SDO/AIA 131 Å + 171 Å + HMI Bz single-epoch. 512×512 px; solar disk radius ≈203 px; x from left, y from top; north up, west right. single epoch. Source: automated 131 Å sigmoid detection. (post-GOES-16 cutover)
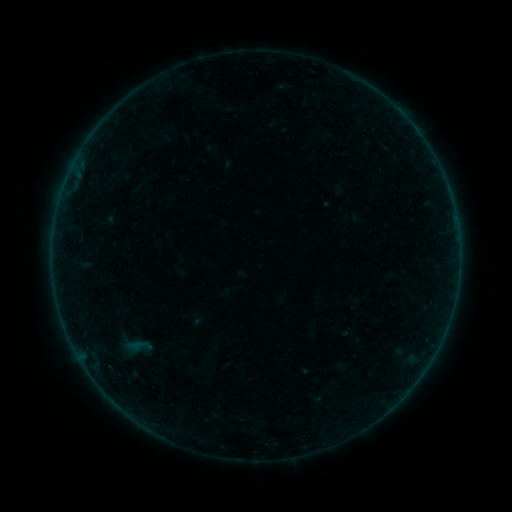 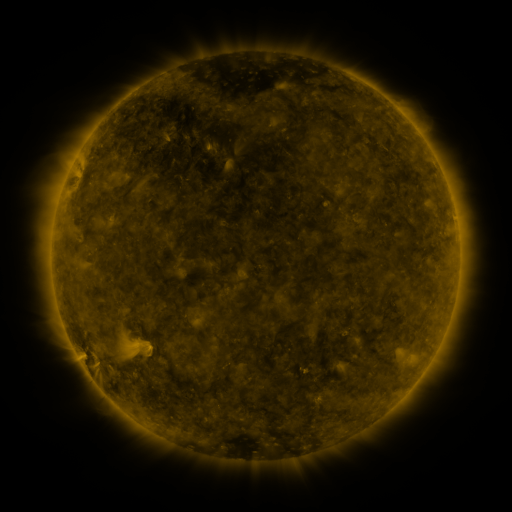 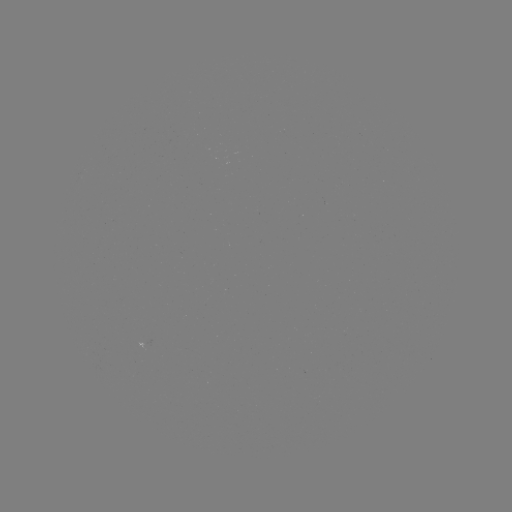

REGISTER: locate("sigmoid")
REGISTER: (137, 346)